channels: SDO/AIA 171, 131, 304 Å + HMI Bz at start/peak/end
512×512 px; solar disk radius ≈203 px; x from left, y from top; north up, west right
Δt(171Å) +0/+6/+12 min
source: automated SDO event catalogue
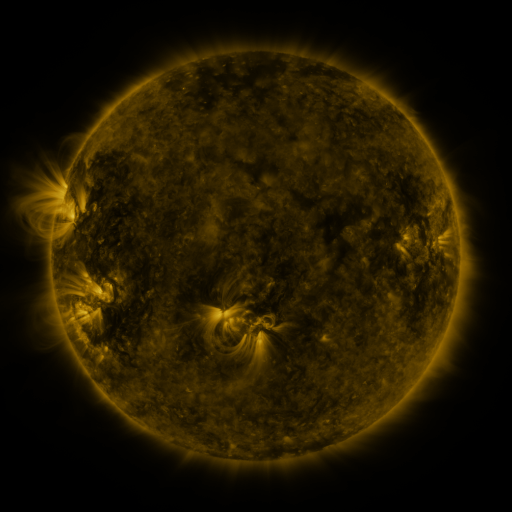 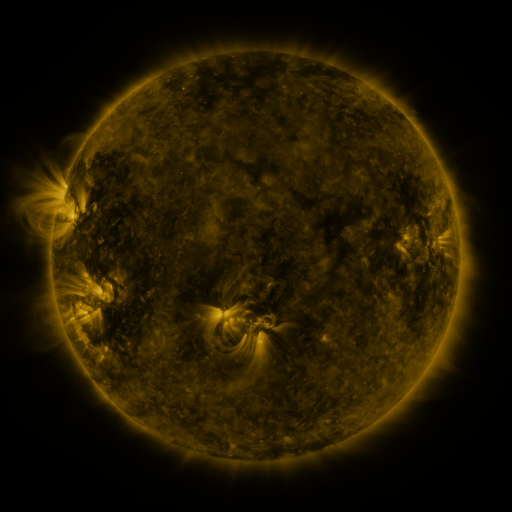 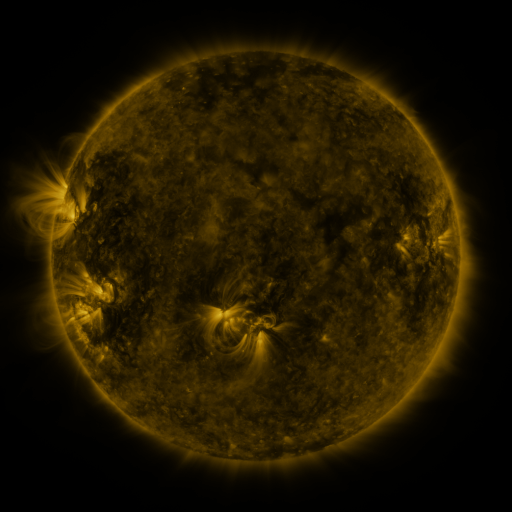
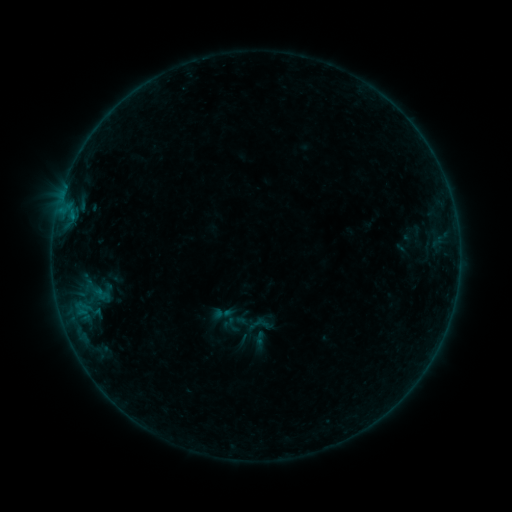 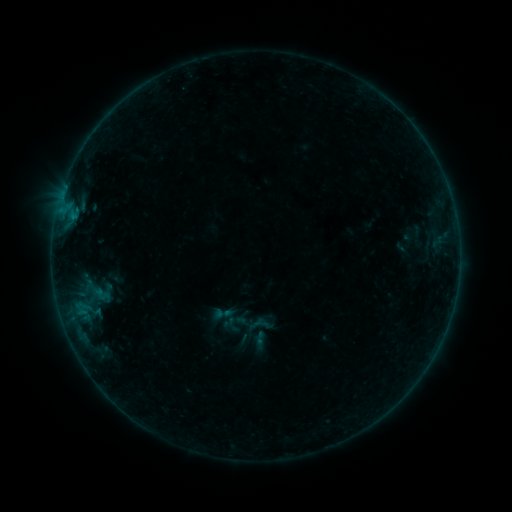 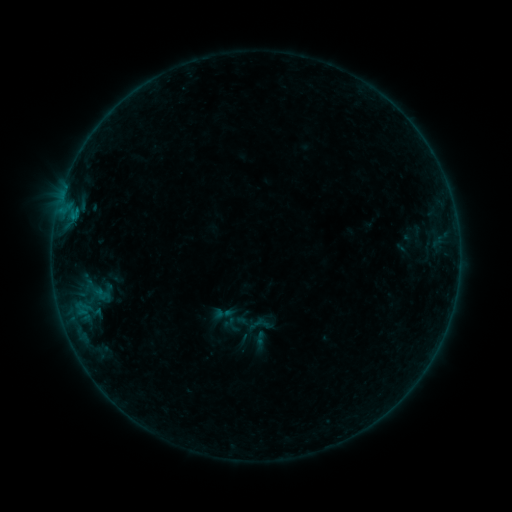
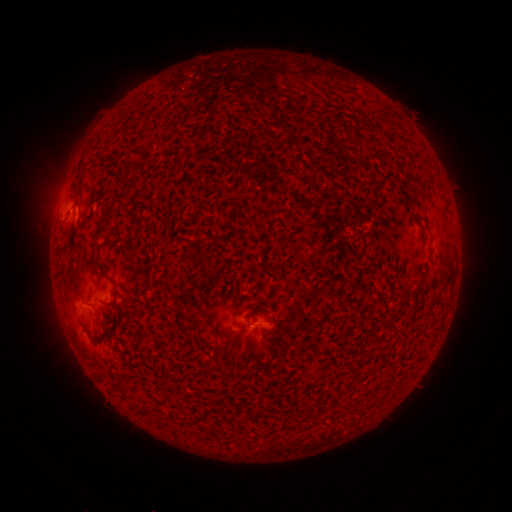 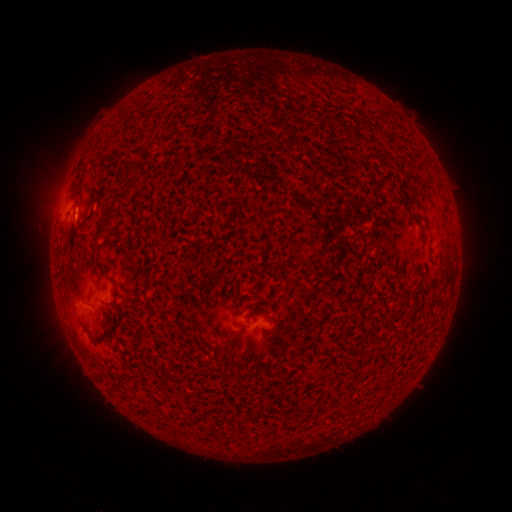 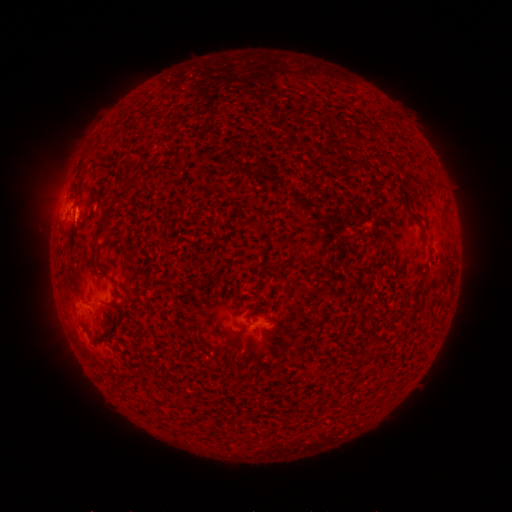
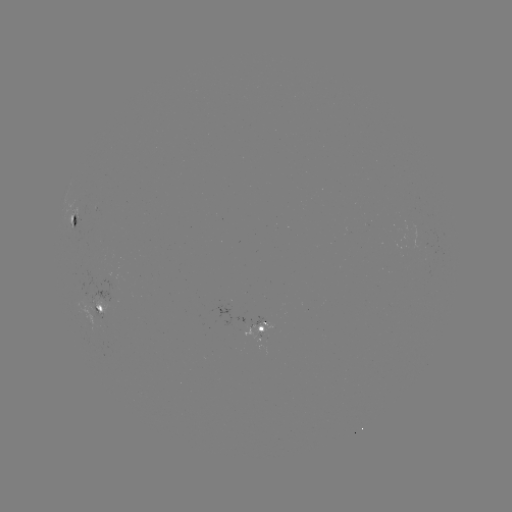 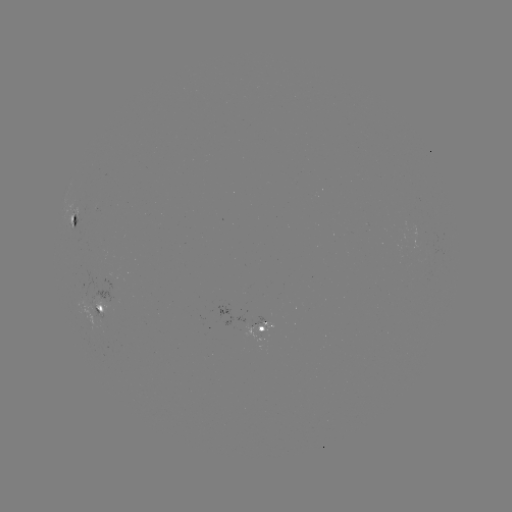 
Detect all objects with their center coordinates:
B3.0 flare: (77, 213)
